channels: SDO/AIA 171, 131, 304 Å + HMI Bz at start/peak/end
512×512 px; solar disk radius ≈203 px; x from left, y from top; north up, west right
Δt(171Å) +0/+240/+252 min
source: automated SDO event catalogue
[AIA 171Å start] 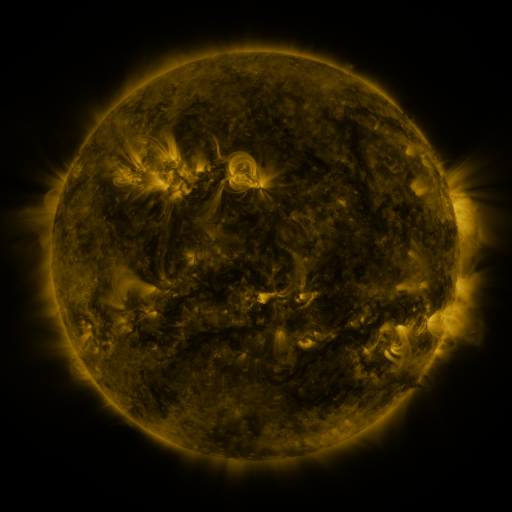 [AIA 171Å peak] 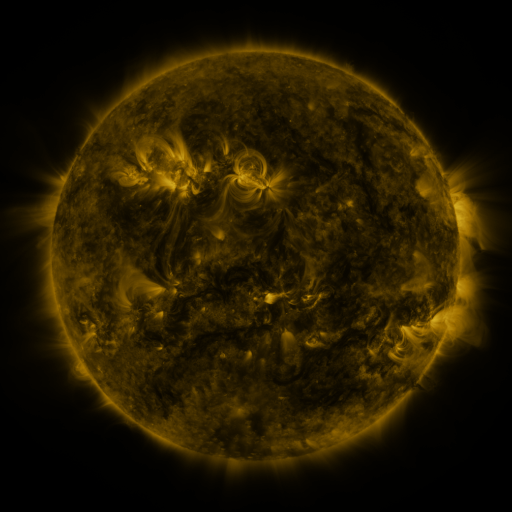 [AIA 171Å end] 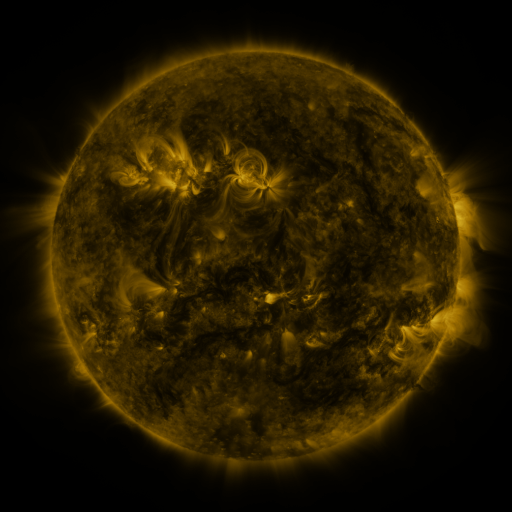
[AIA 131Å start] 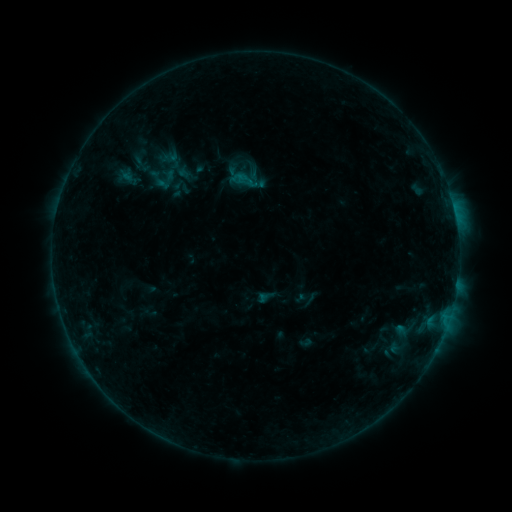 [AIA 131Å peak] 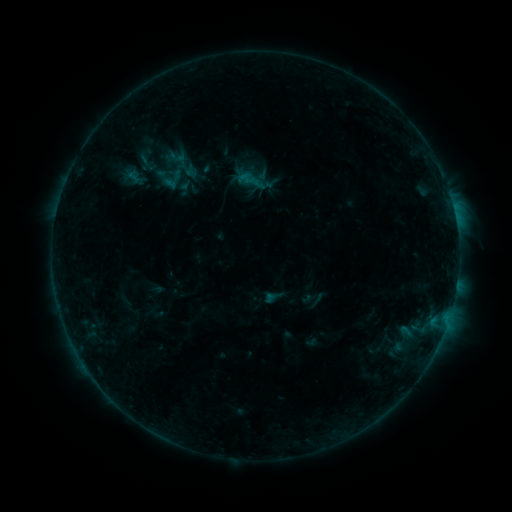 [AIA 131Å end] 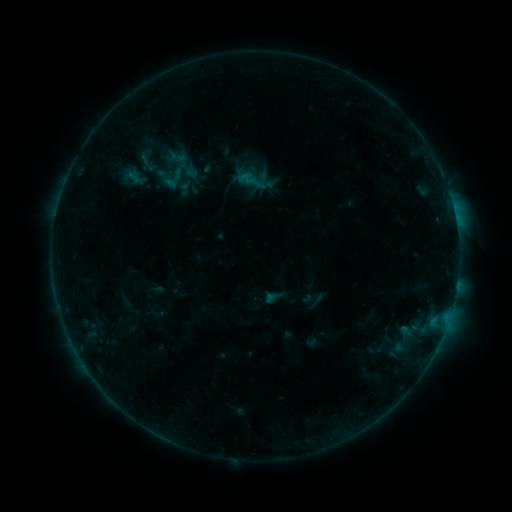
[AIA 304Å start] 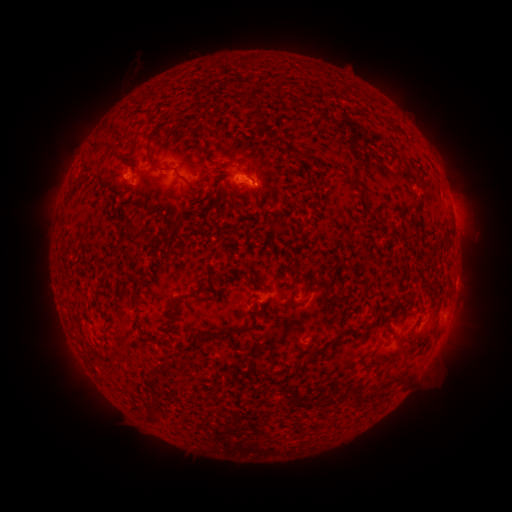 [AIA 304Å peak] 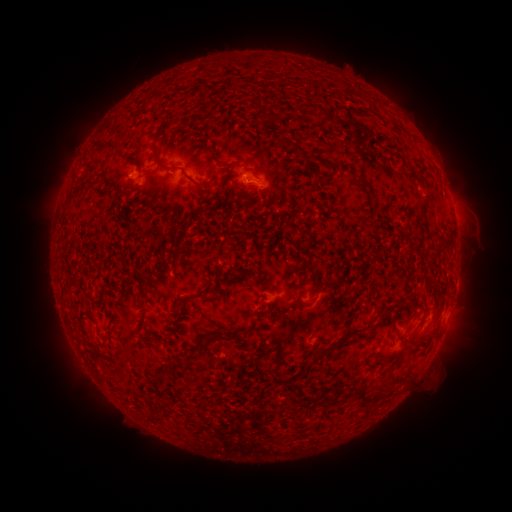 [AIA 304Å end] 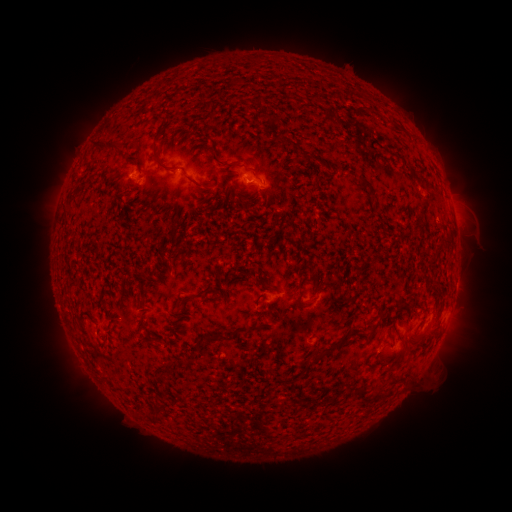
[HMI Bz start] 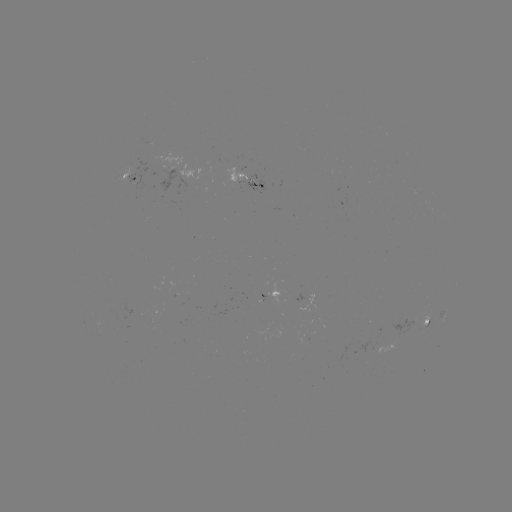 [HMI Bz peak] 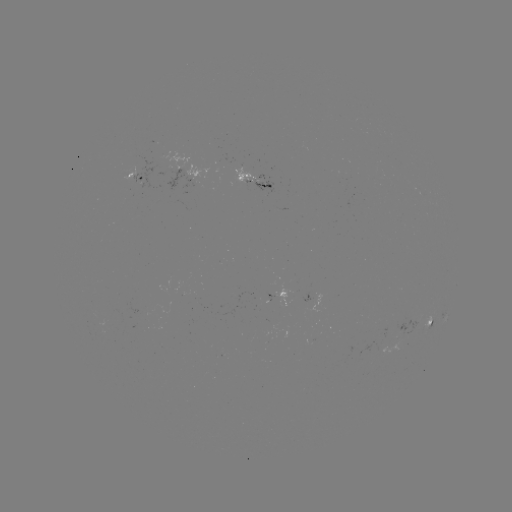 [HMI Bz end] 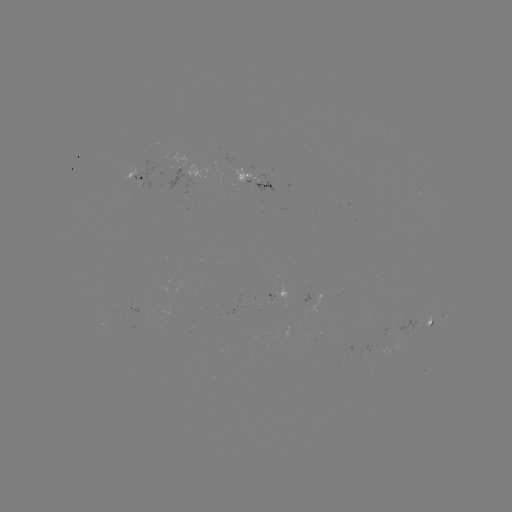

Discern emerging-flux region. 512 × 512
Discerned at [260, 183].